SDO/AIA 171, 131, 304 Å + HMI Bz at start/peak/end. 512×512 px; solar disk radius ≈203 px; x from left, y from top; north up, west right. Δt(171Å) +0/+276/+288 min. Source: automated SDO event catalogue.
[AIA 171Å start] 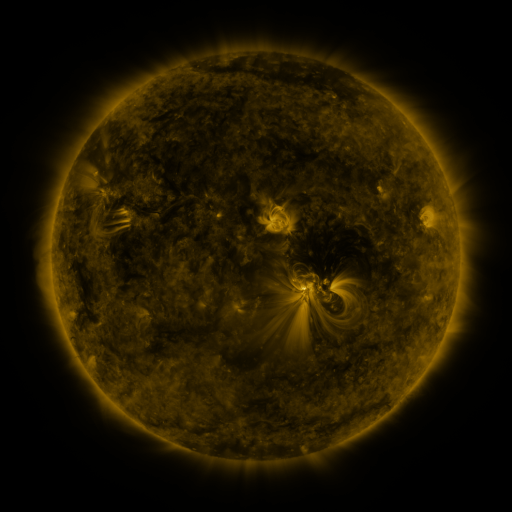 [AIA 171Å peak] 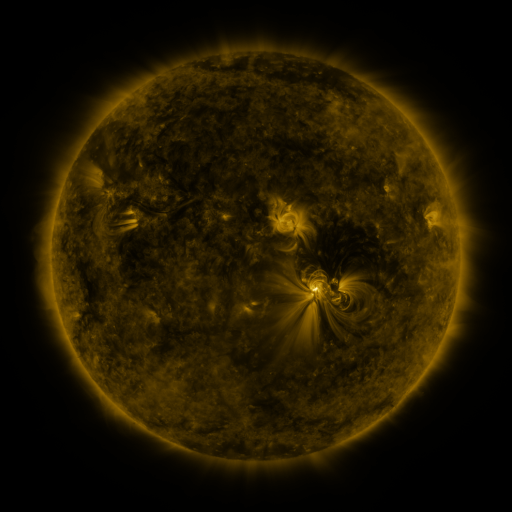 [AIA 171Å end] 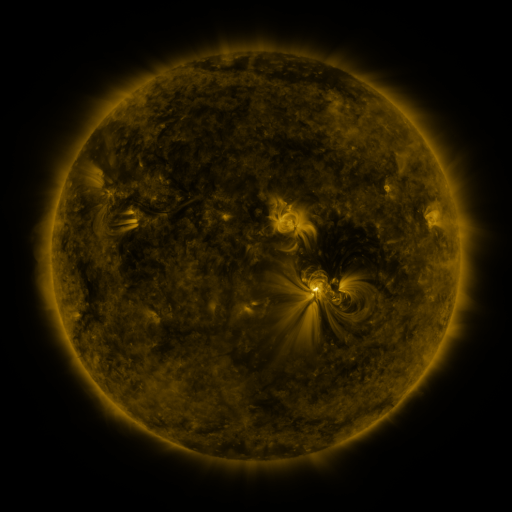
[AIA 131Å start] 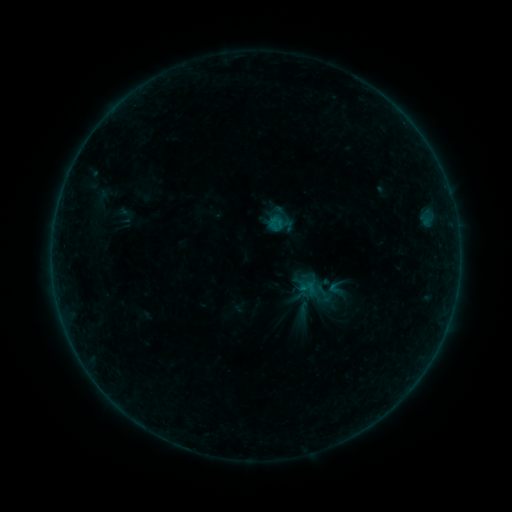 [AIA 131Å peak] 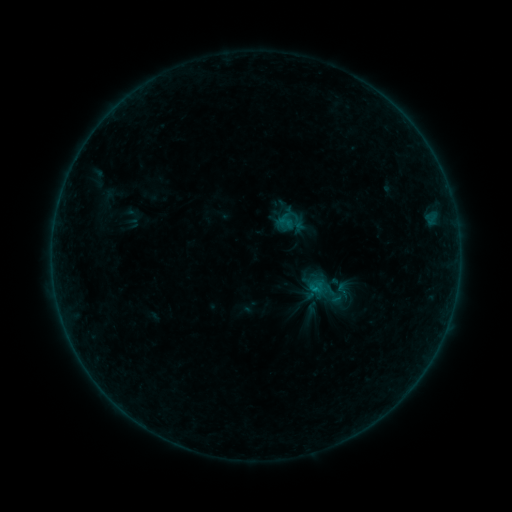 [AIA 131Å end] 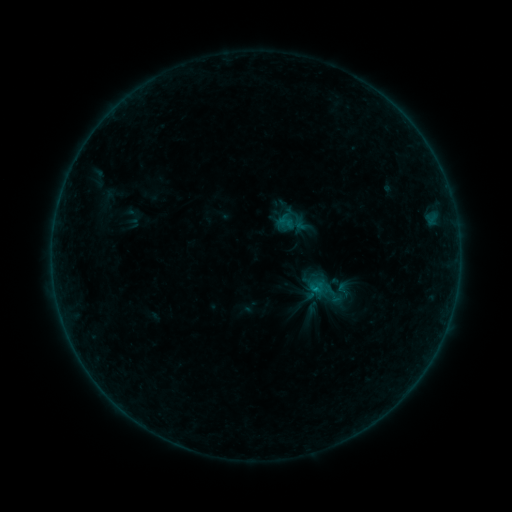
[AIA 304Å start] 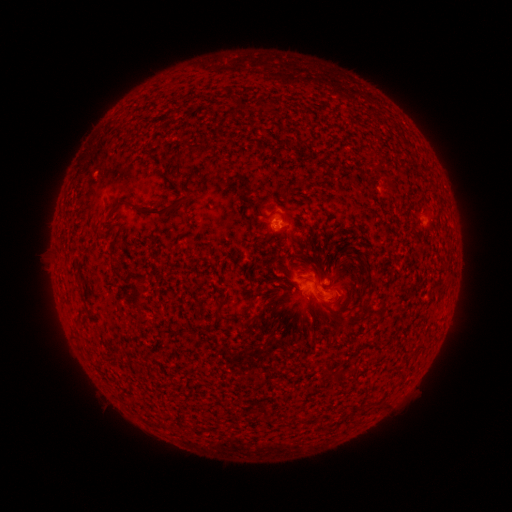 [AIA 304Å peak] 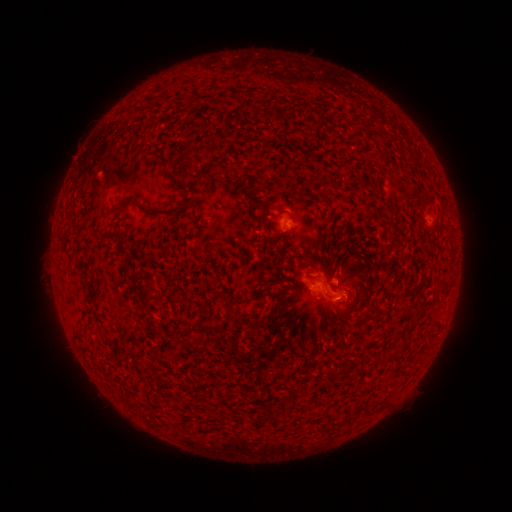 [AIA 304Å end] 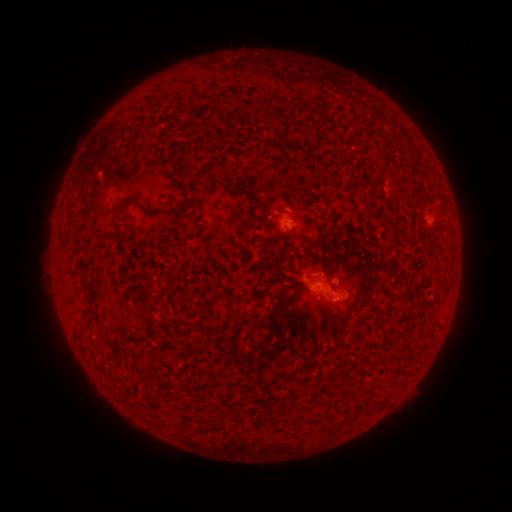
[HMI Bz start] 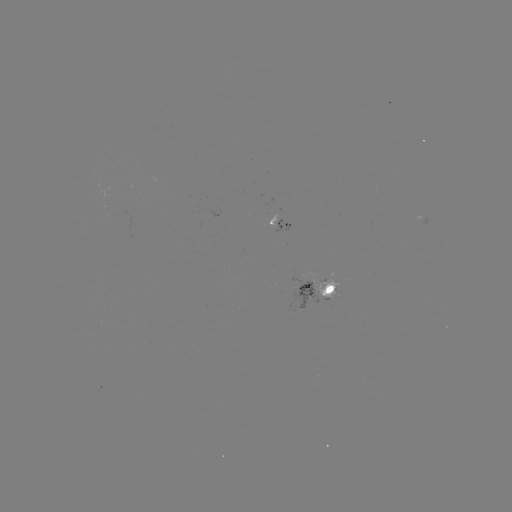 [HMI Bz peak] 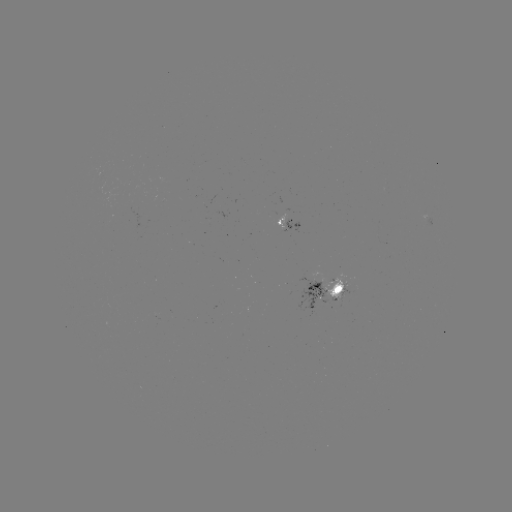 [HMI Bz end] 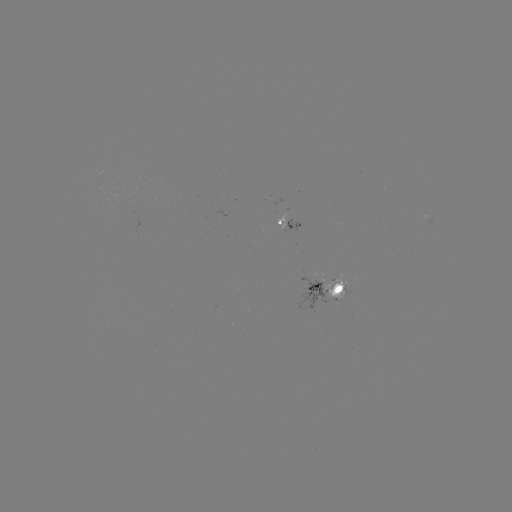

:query emerging-flux region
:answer (341, 288)